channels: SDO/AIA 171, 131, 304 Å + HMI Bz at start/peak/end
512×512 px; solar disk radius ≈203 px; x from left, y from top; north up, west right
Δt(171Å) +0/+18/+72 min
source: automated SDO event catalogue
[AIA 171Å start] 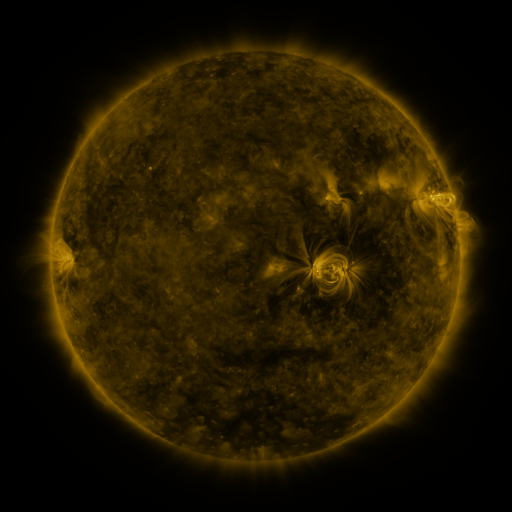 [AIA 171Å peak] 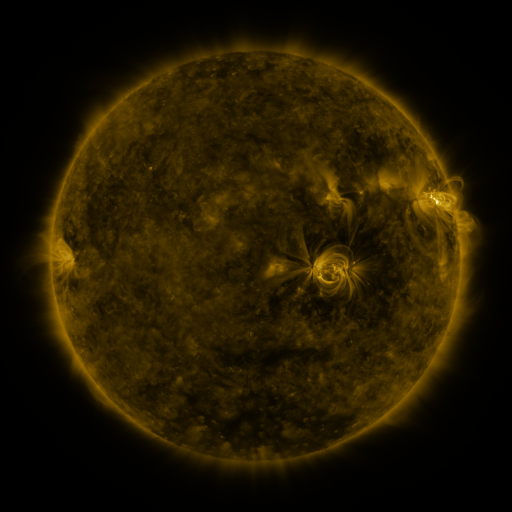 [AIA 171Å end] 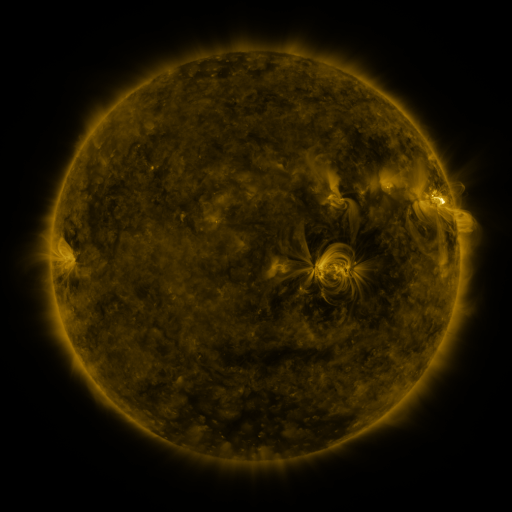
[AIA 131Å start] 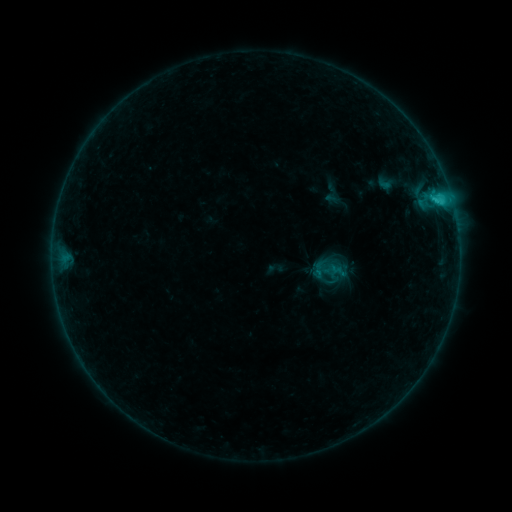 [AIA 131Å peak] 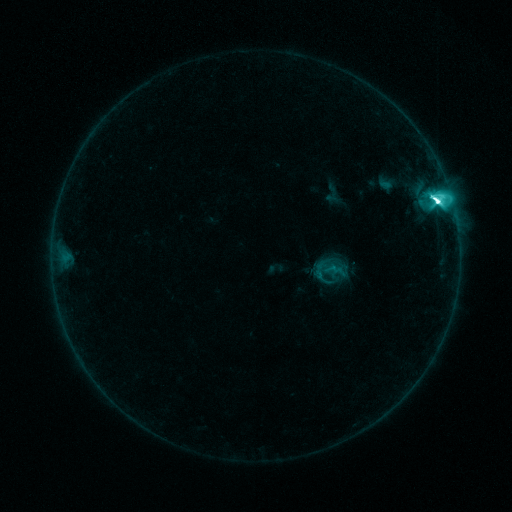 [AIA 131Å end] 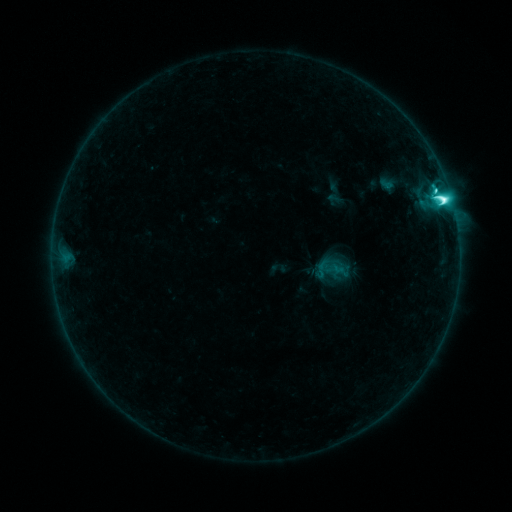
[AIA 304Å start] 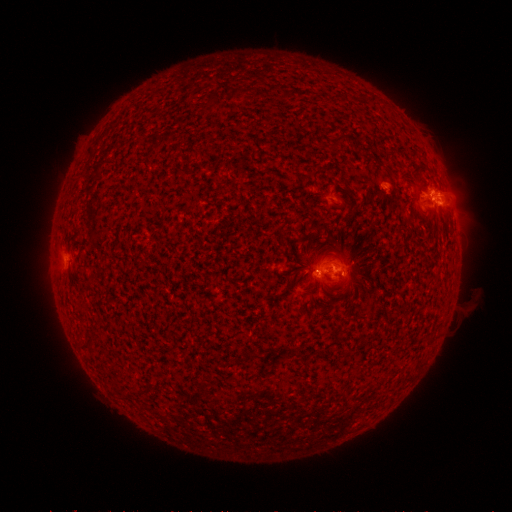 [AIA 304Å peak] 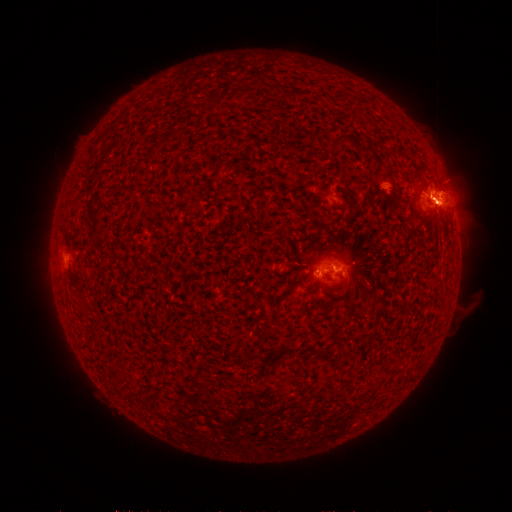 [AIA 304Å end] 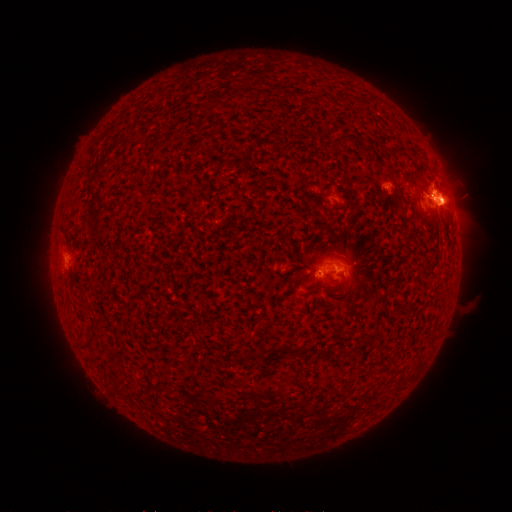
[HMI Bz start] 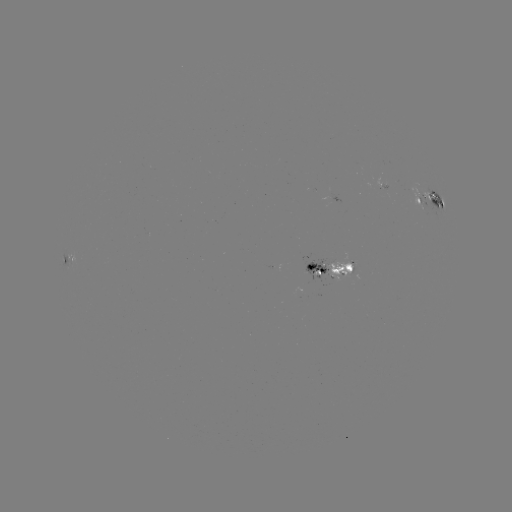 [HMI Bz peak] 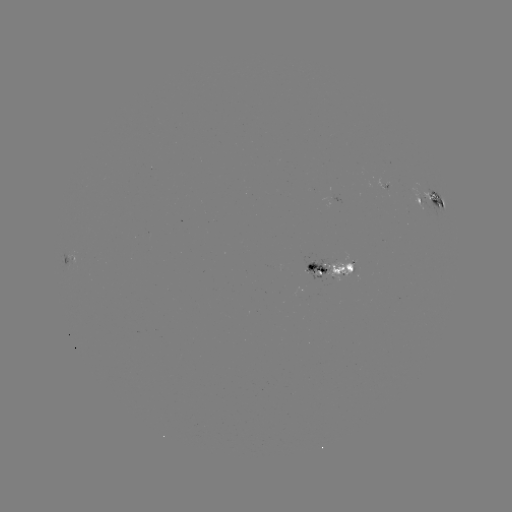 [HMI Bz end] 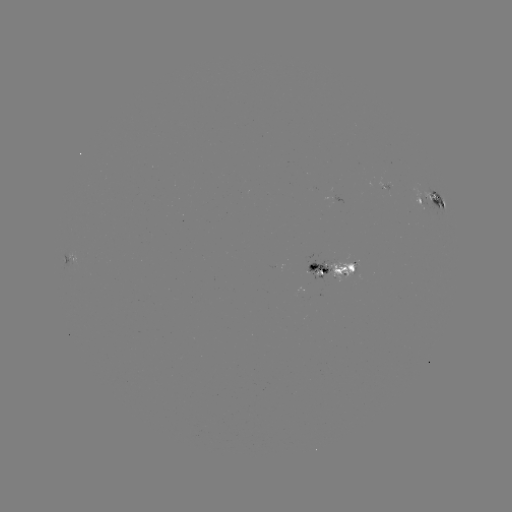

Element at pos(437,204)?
M2.1 flare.